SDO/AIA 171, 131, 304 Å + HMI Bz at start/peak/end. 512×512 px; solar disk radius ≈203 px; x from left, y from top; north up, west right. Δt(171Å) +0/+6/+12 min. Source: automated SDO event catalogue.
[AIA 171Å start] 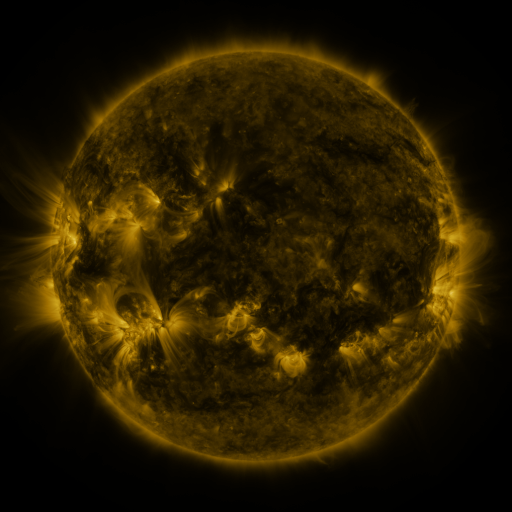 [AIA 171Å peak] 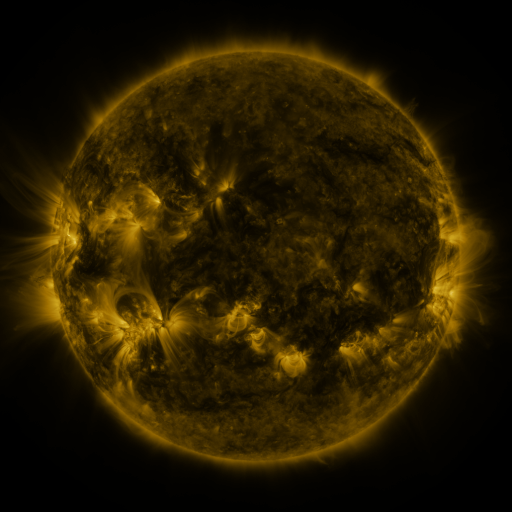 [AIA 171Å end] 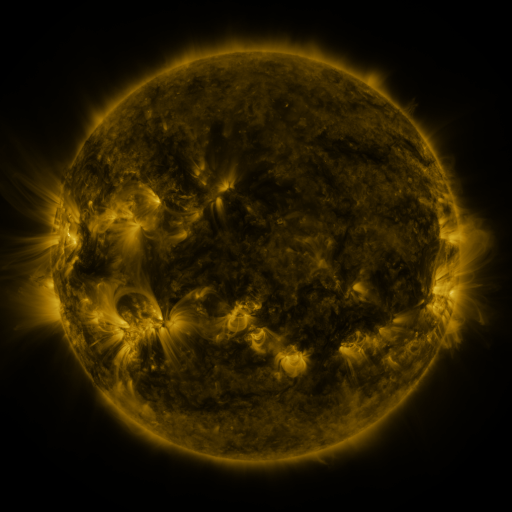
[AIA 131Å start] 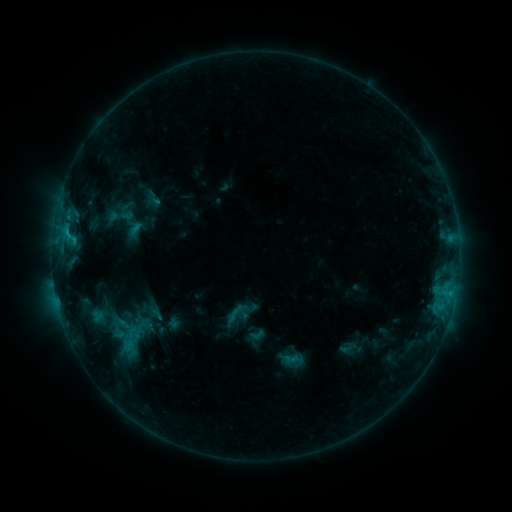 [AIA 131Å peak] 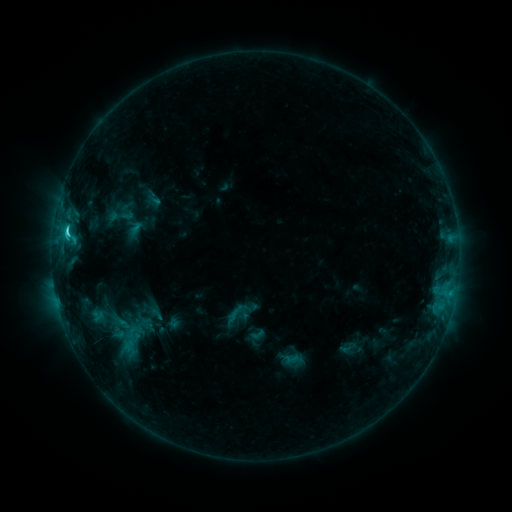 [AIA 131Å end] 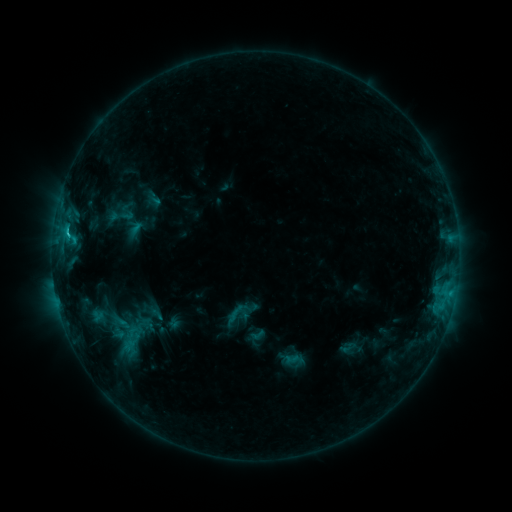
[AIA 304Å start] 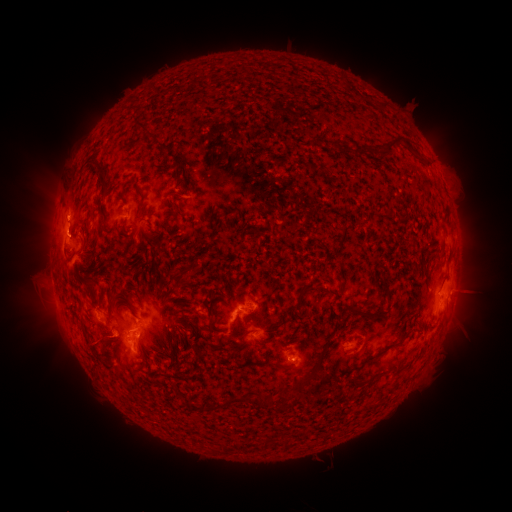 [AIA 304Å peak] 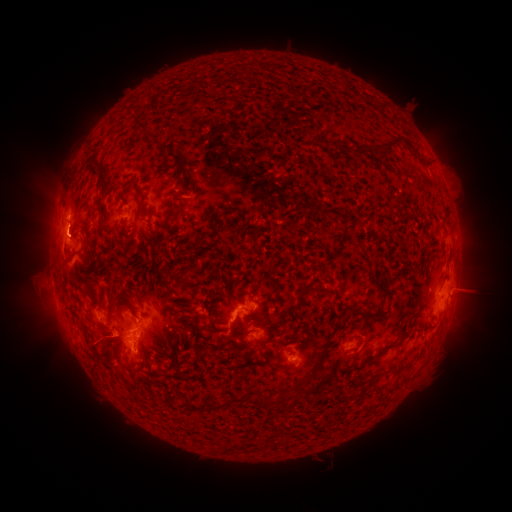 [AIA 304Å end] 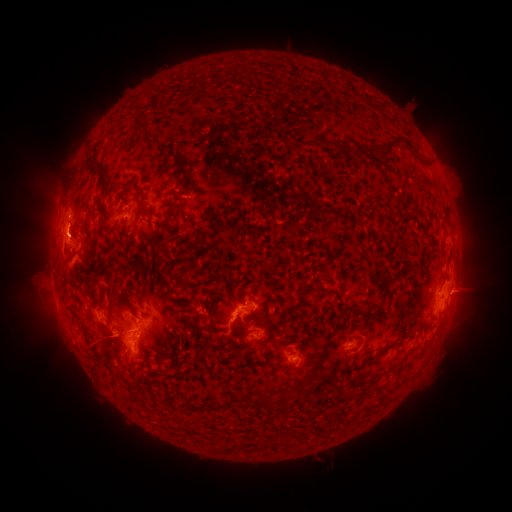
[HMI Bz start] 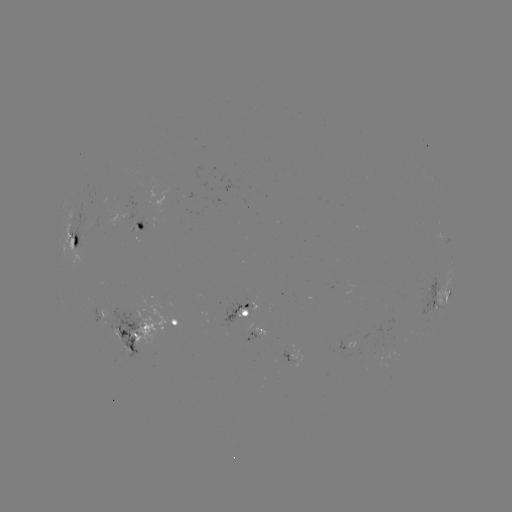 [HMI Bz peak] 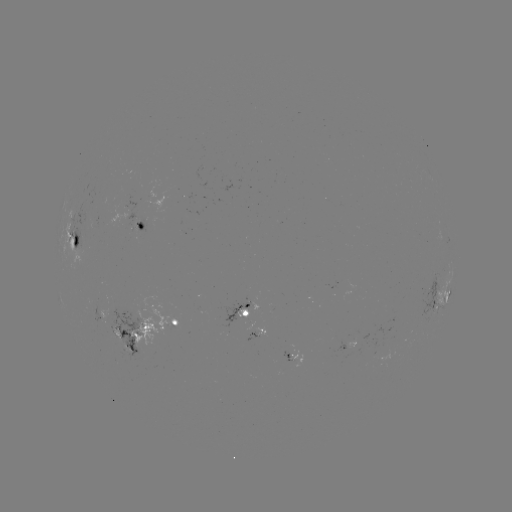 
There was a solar flare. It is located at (68, 235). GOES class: C2.3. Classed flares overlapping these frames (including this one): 2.